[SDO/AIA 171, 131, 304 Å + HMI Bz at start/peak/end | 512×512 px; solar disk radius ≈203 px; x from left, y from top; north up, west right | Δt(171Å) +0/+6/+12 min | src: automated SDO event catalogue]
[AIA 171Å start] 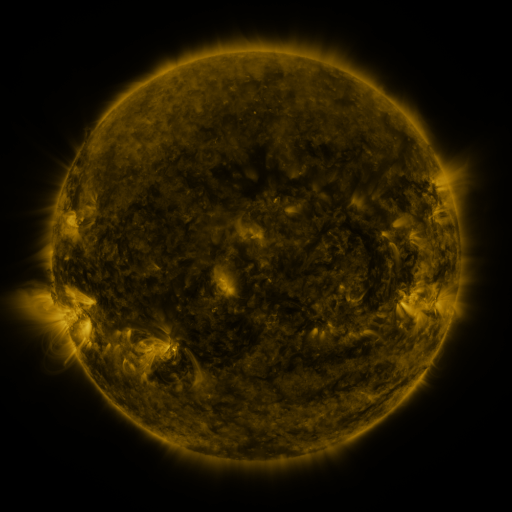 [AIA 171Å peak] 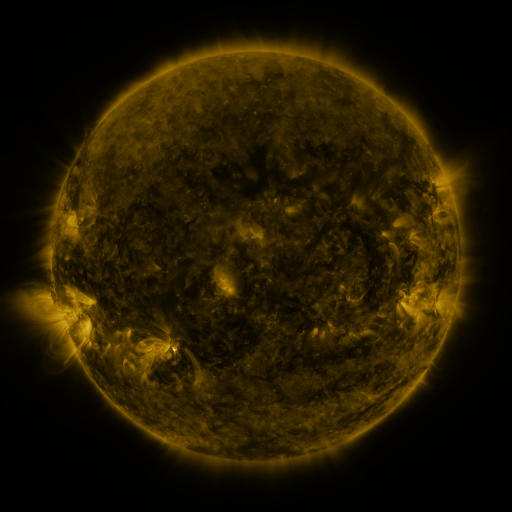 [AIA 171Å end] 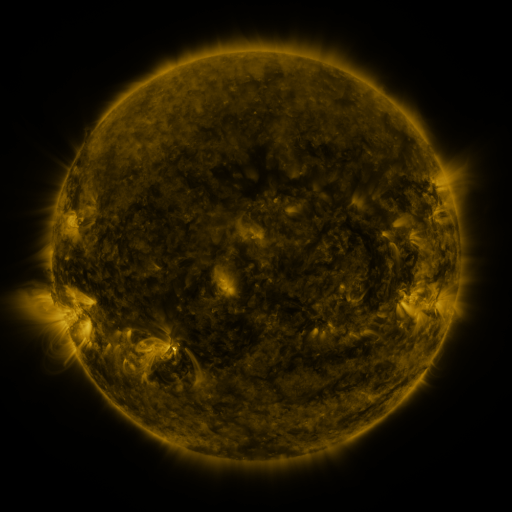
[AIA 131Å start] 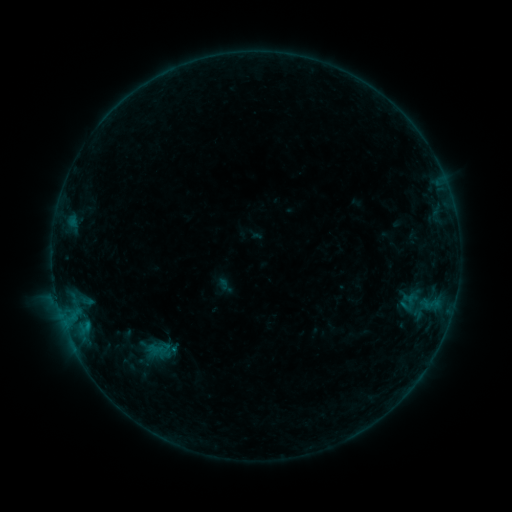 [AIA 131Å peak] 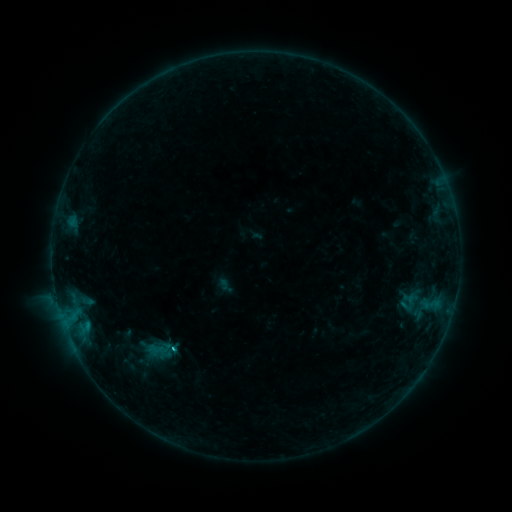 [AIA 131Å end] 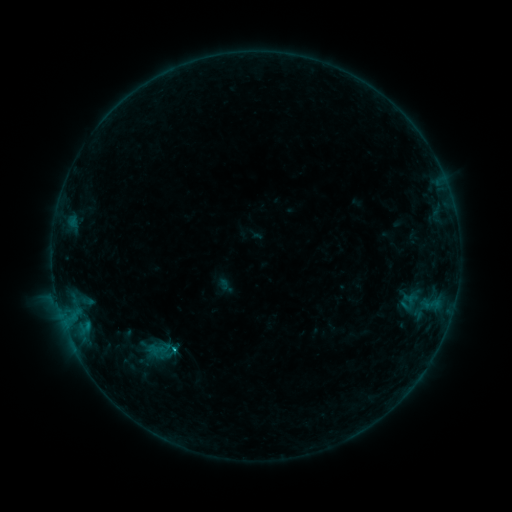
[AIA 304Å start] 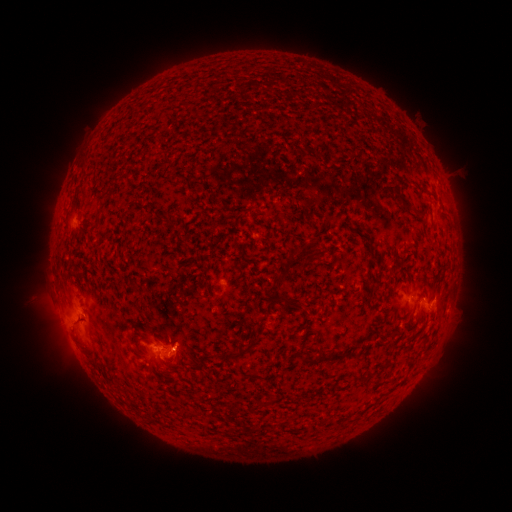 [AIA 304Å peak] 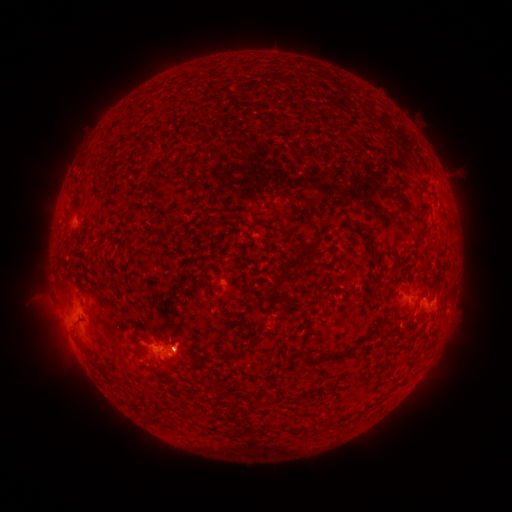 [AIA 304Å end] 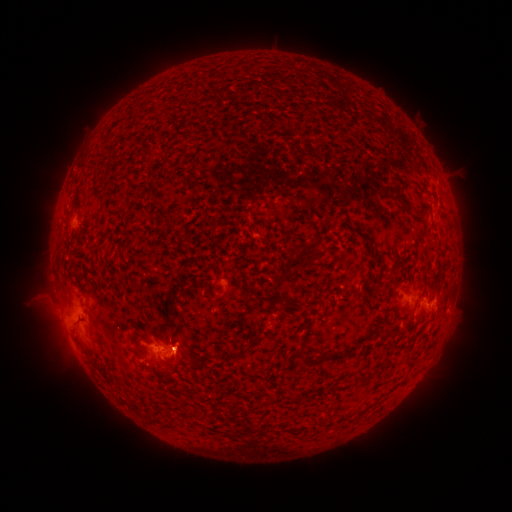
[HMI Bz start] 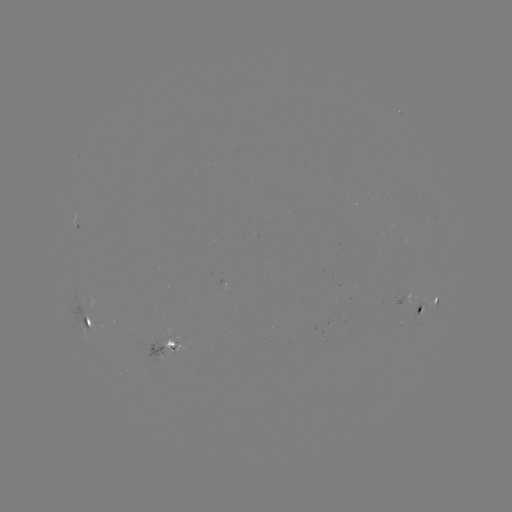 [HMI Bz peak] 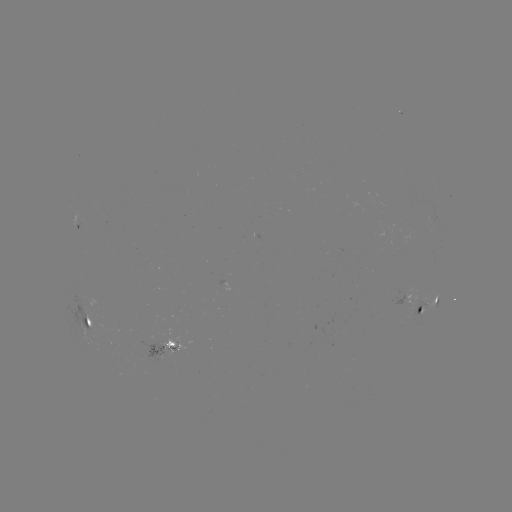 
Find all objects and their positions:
B5.8 flare: (175, 346)
